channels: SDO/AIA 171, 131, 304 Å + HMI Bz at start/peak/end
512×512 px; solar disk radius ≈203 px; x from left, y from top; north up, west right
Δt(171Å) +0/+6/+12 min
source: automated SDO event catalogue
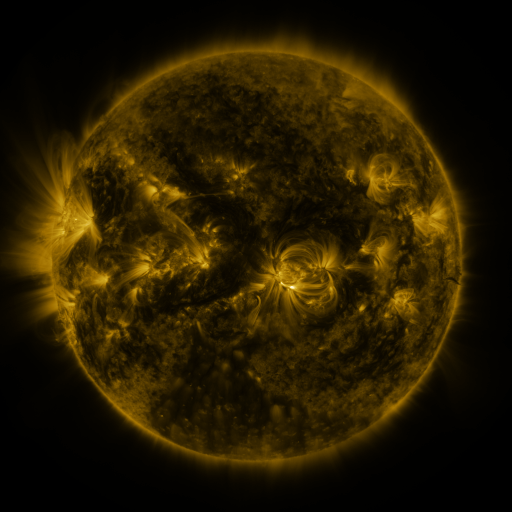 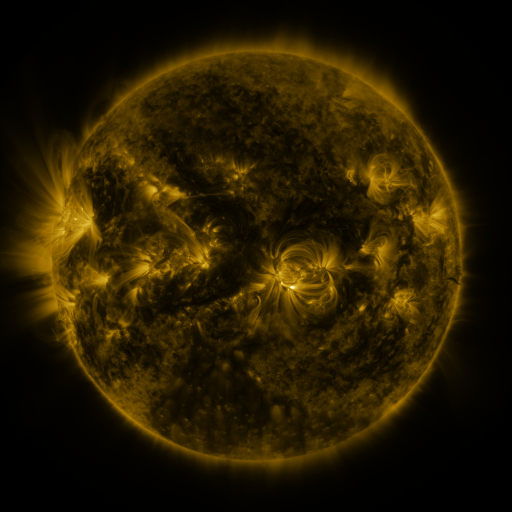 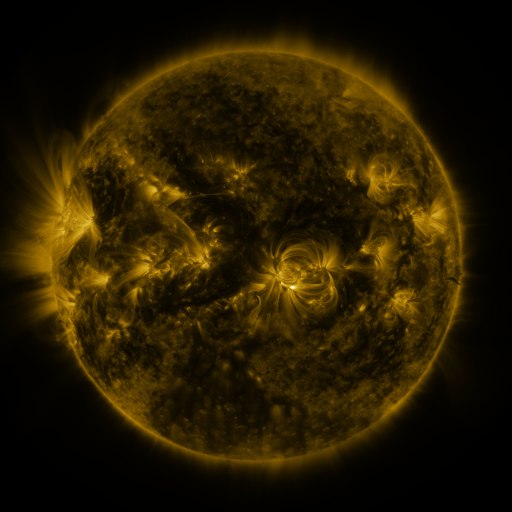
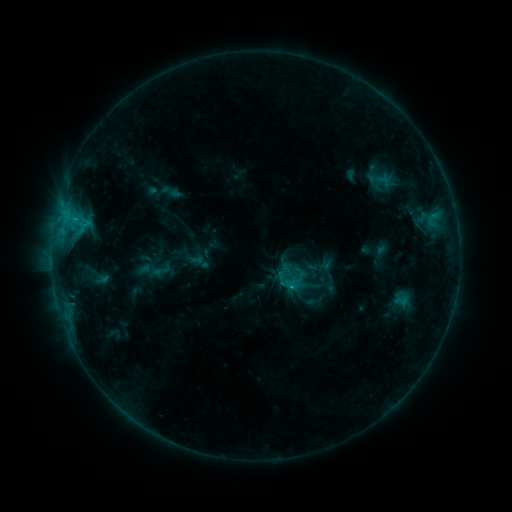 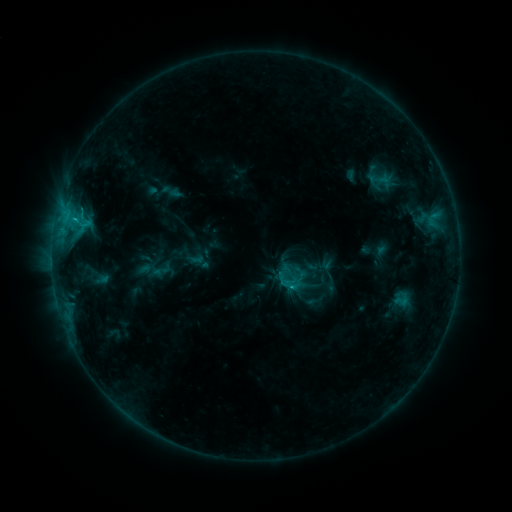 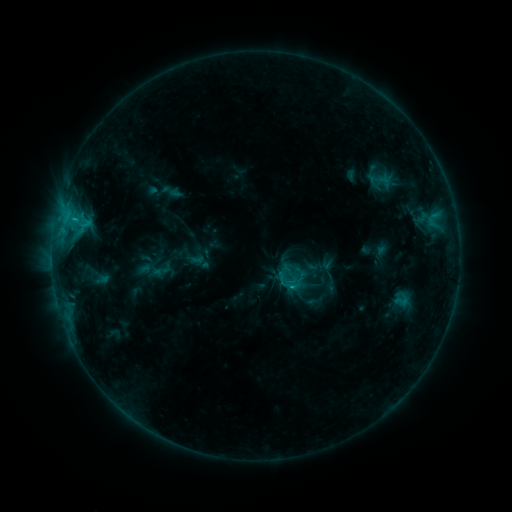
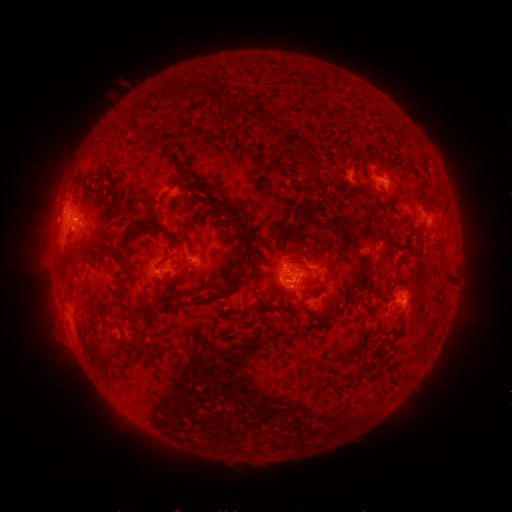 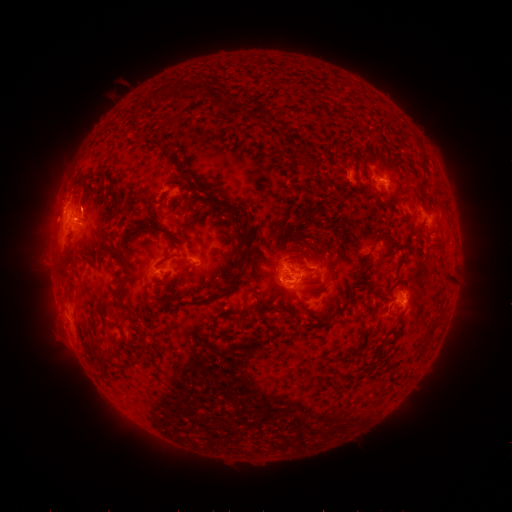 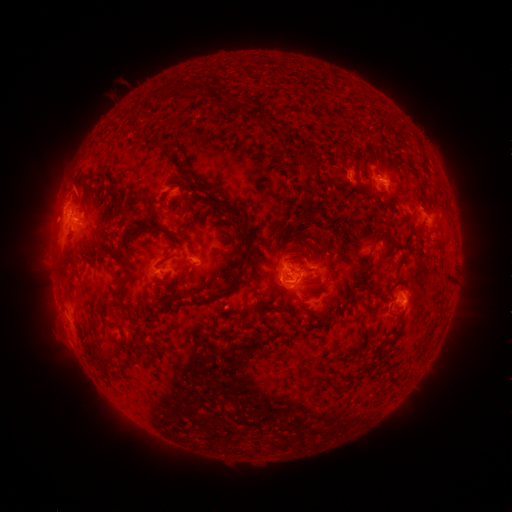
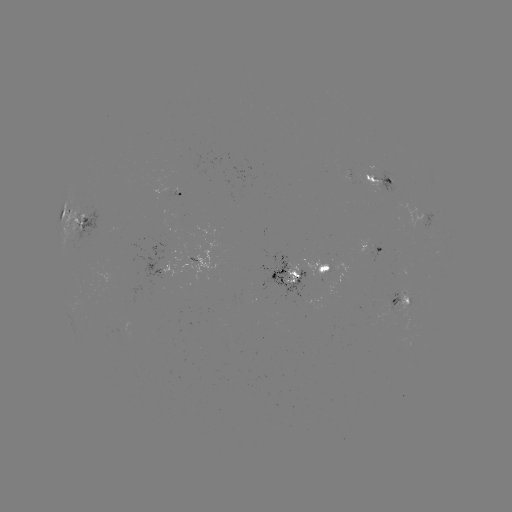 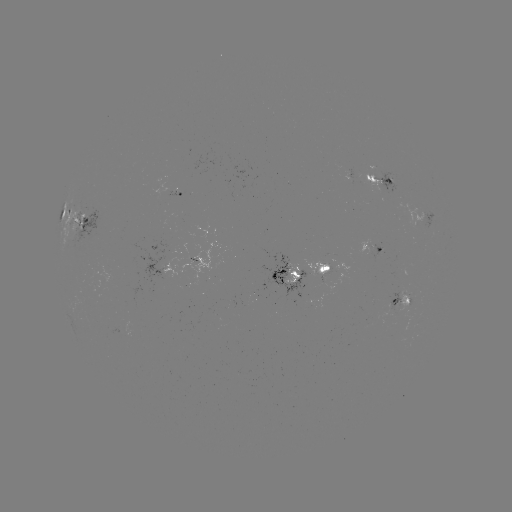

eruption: <bbox>58, 174, 110, 225</bbox>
